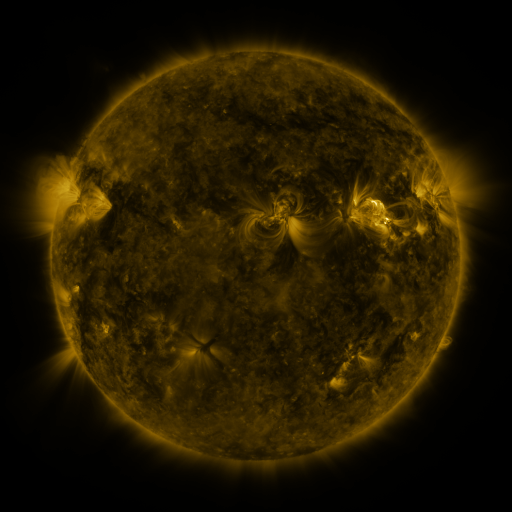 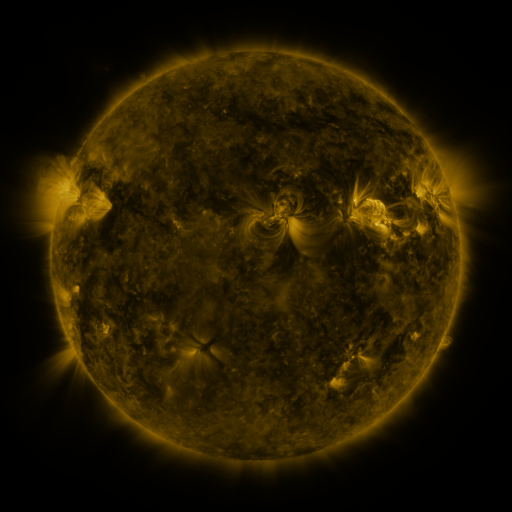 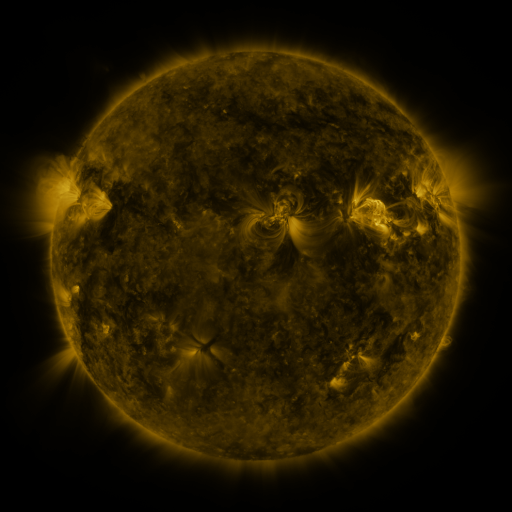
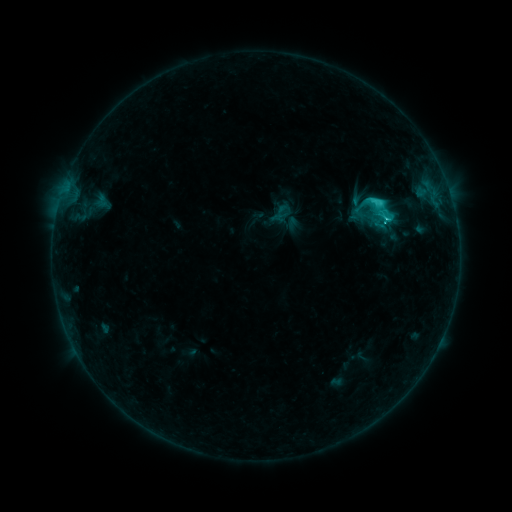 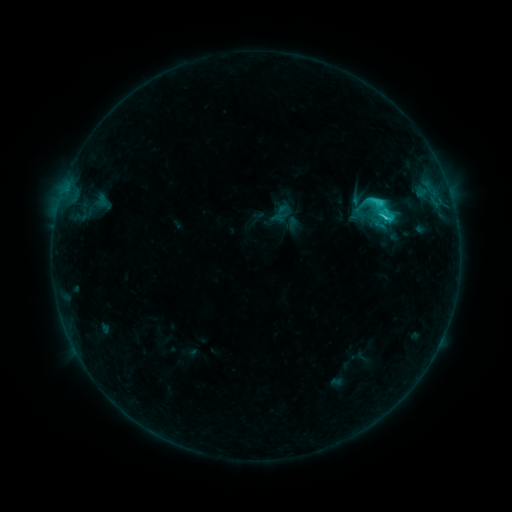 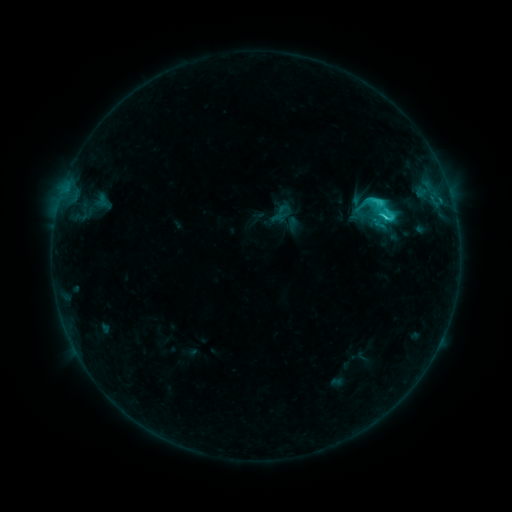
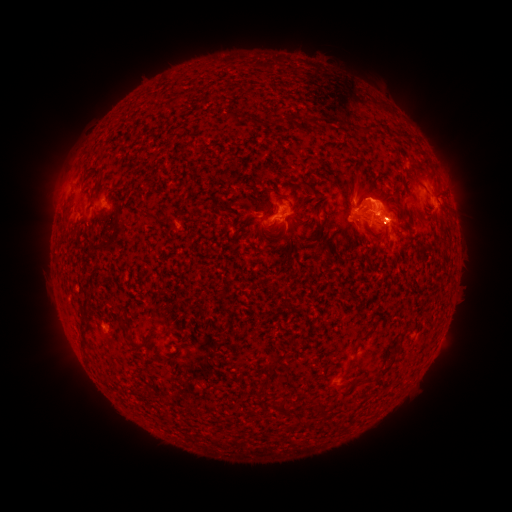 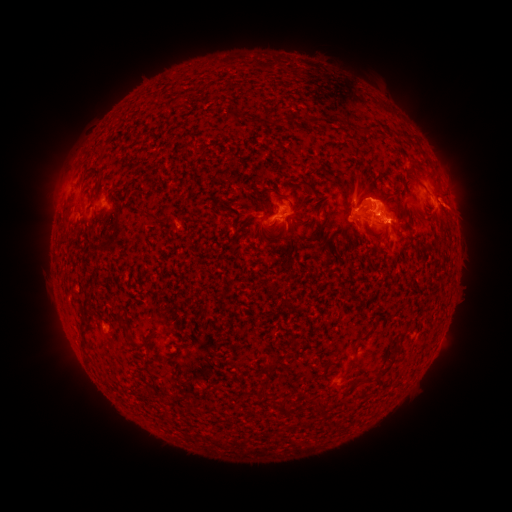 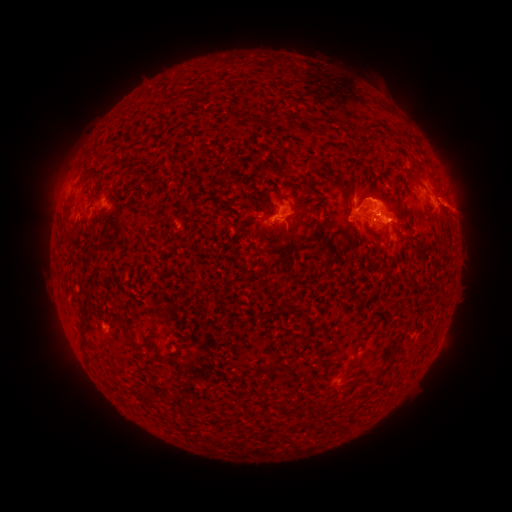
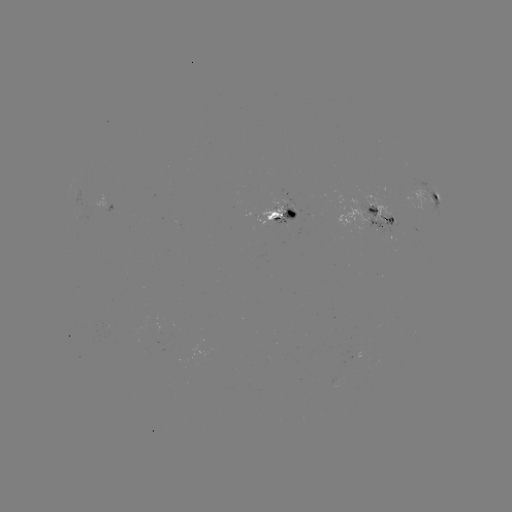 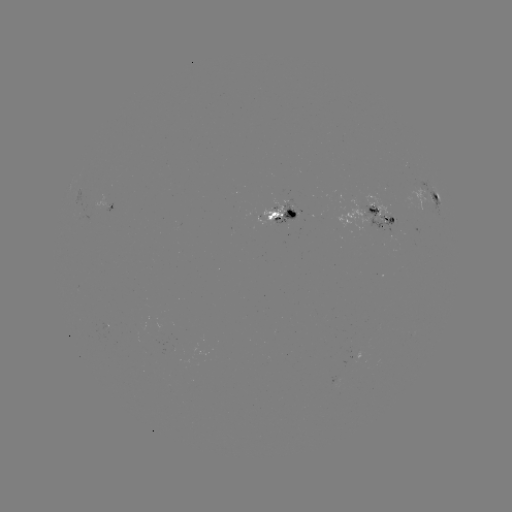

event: eruption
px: (459, 206)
